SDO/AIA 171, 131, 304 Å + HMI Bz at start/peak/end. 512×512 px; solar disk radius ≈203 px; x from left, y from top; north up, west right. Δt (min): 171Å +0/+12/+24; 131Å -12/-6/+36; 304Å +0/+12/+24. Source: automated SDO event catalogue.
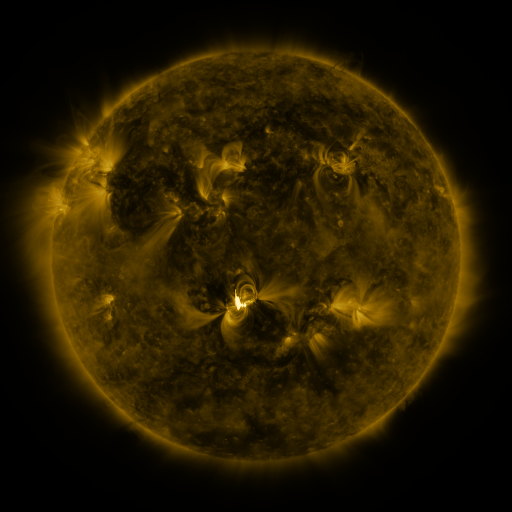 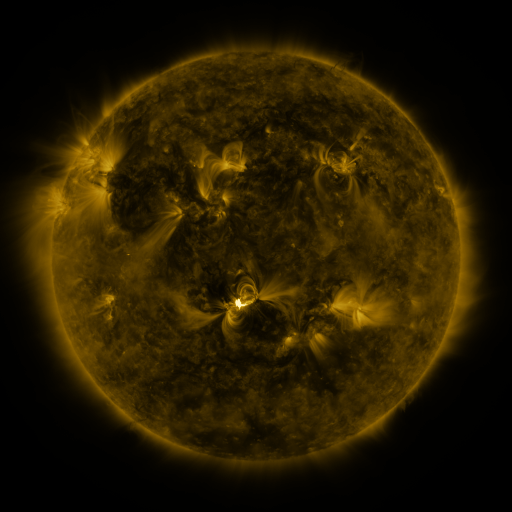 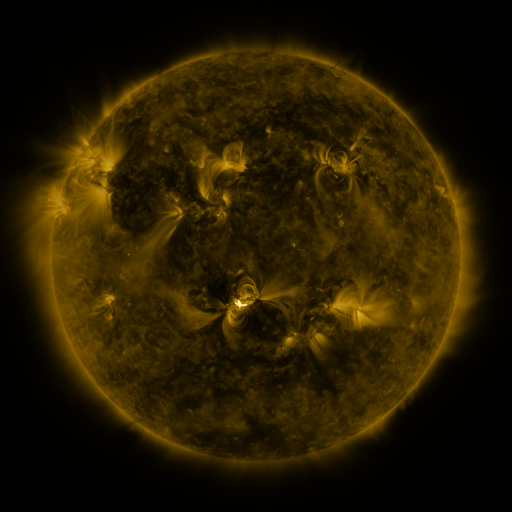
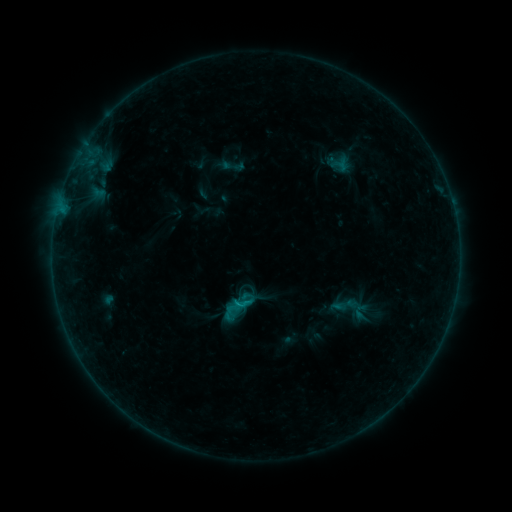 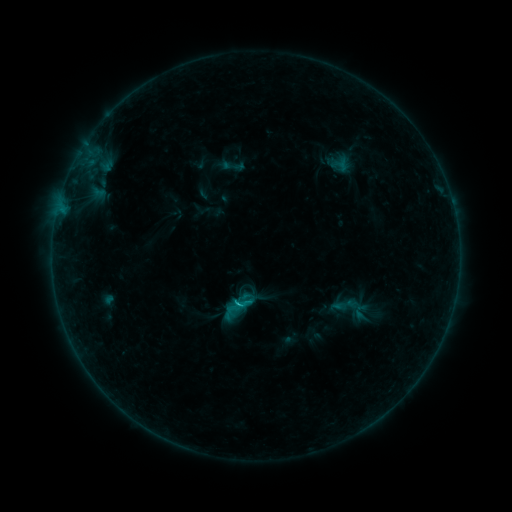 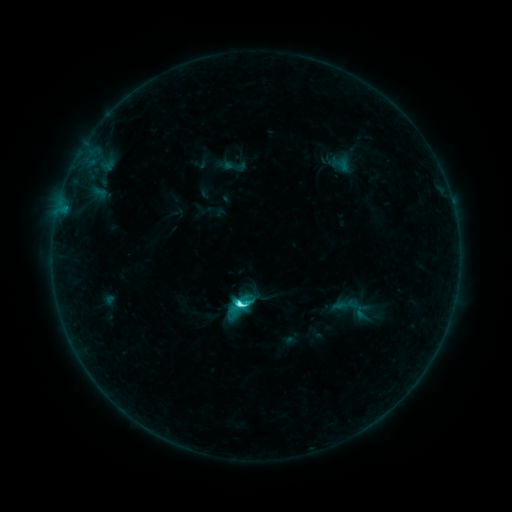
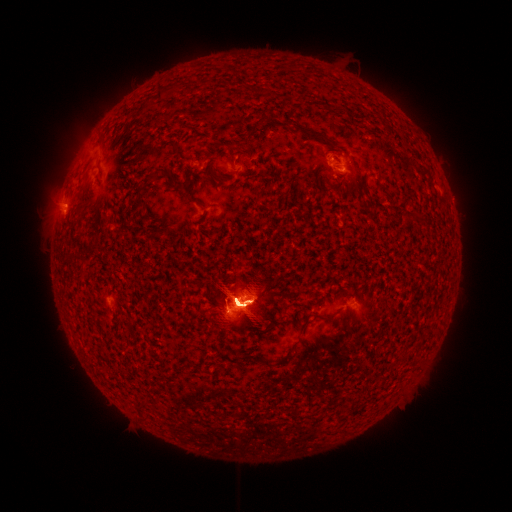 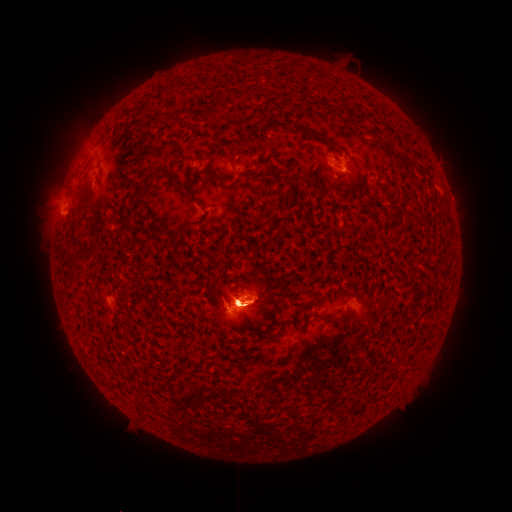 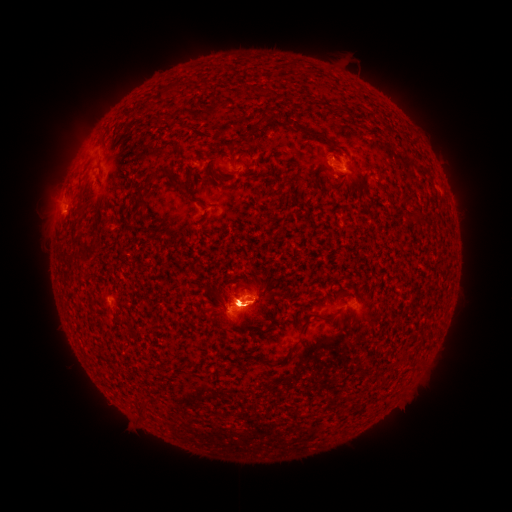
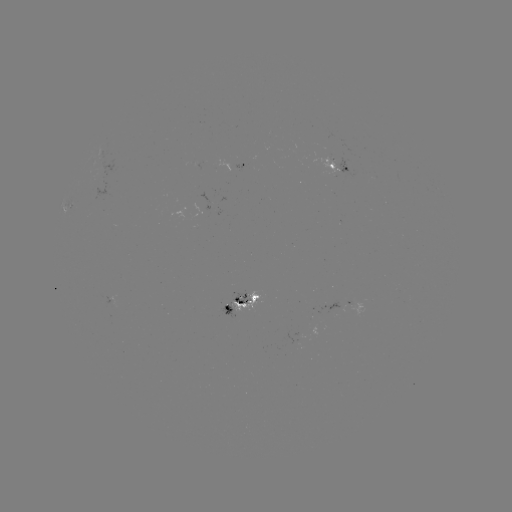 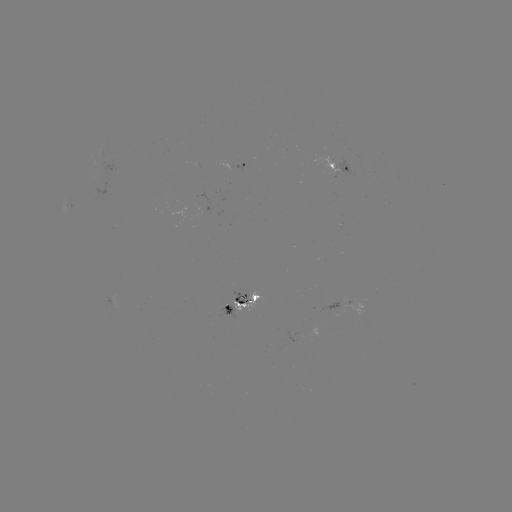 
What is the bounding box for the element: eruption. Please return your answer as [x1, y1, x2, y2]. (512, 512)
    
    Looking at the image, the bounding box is [224, 453, 266, 471].